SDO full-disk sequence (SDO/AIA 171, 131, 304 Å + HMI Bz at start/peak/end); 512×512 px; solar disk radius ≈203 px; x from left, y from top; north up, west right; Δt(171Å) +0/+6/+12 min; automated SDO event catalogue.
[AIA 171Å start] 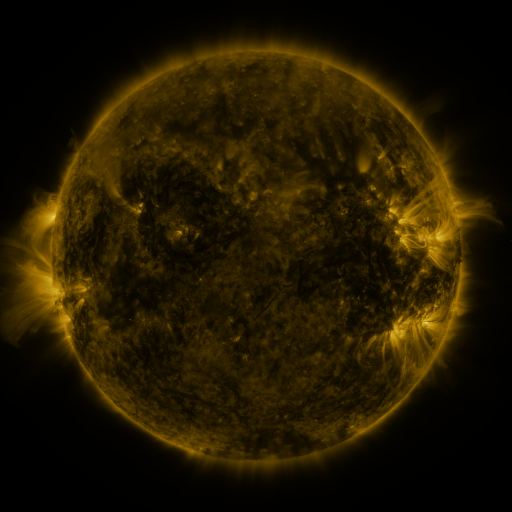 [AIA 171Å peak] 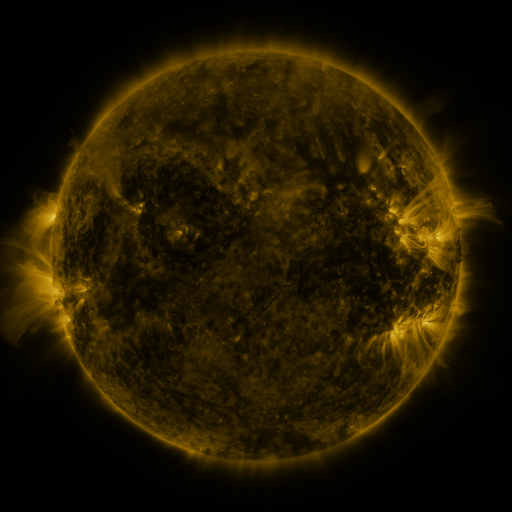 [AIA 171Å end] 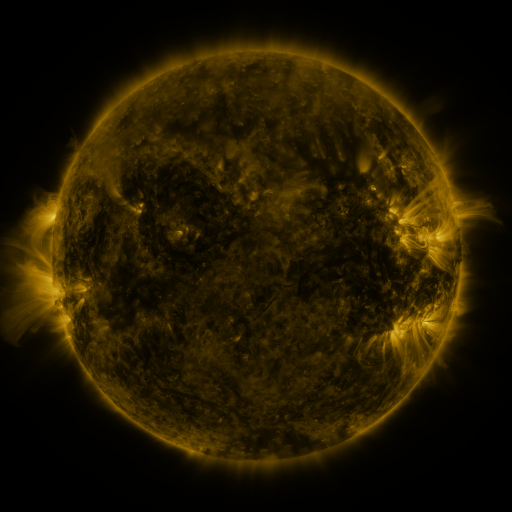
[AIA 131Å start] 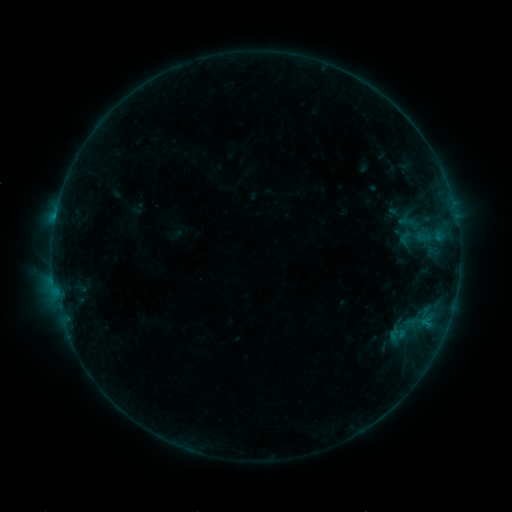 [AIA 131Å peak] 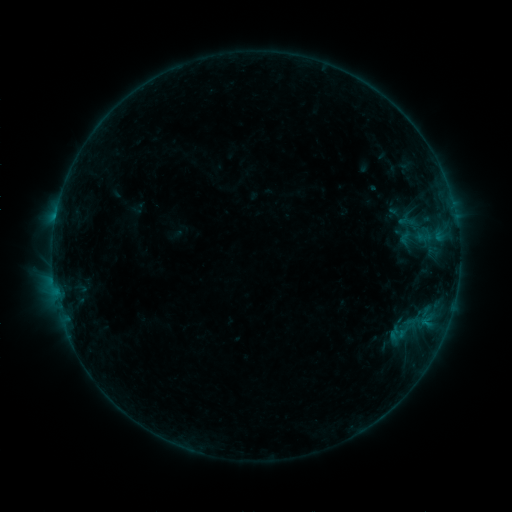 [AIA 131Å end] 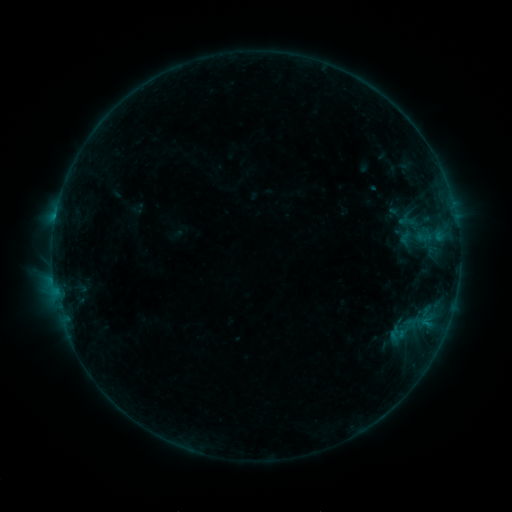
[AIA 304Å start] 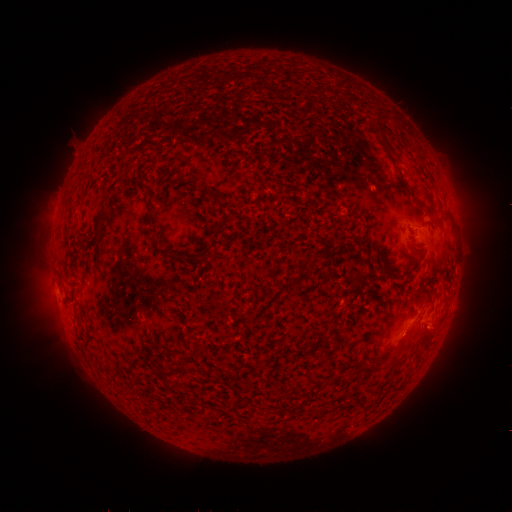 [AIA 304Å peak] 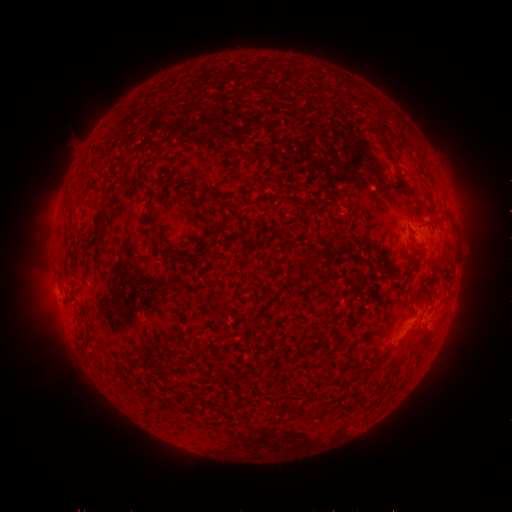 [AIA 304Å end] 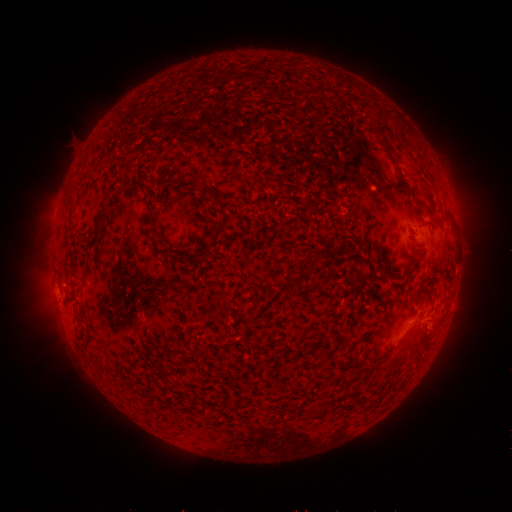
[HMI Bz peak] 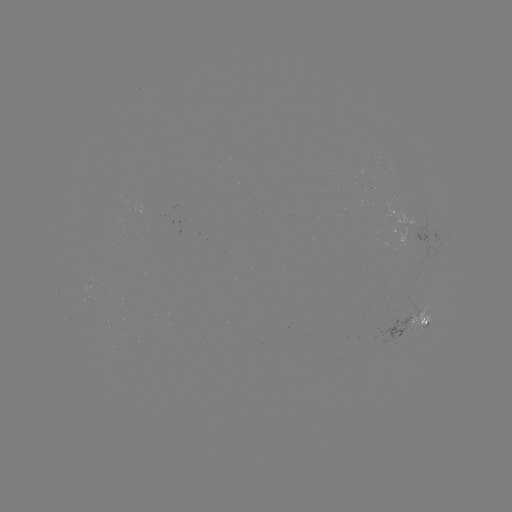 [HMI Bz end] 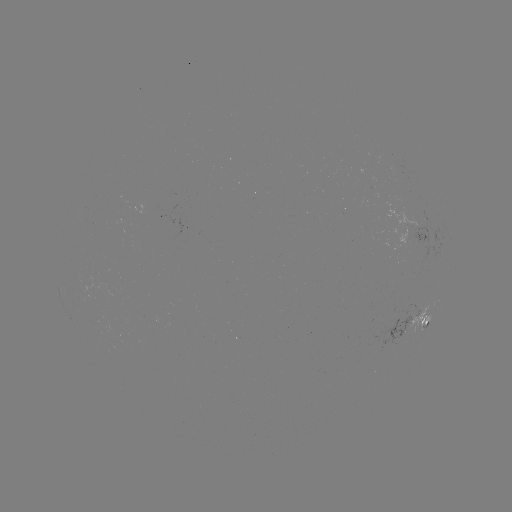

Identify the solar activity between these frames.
no catalogued flare and no flagged EUV brightening in this window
